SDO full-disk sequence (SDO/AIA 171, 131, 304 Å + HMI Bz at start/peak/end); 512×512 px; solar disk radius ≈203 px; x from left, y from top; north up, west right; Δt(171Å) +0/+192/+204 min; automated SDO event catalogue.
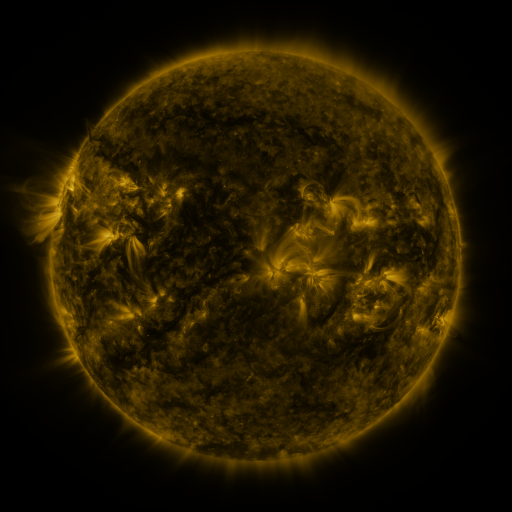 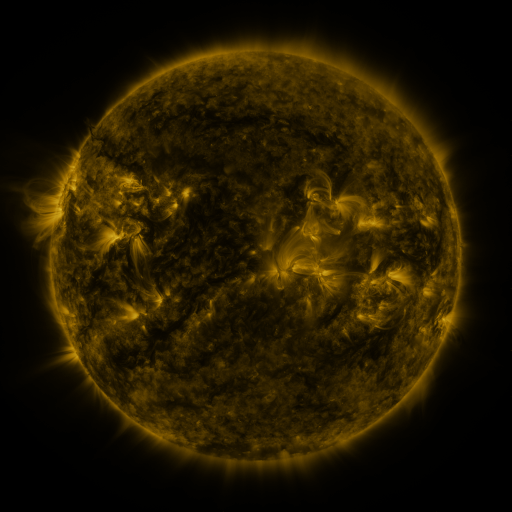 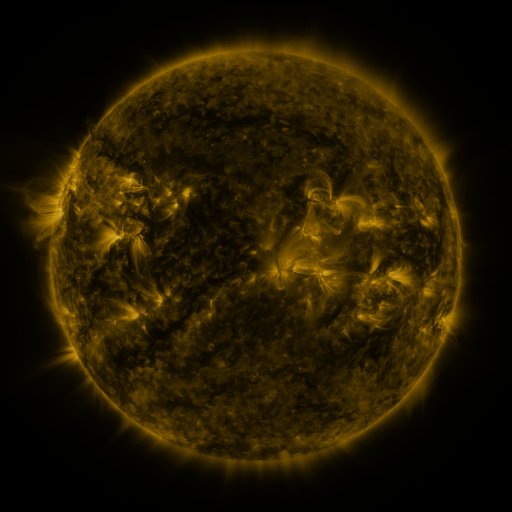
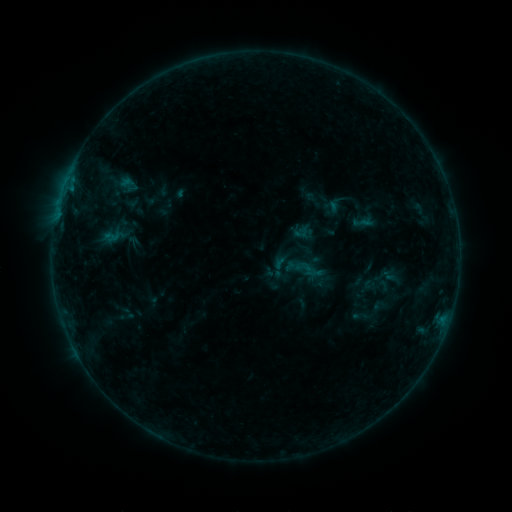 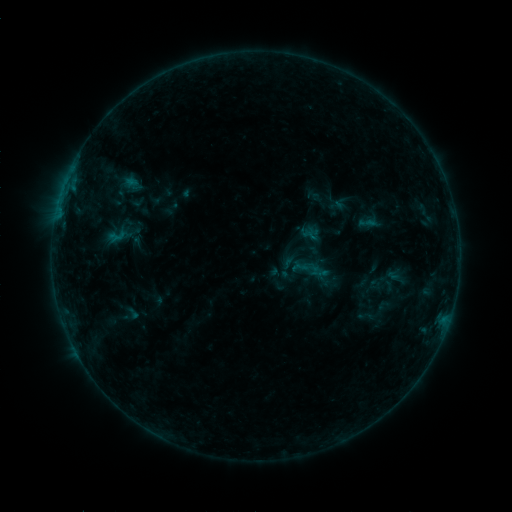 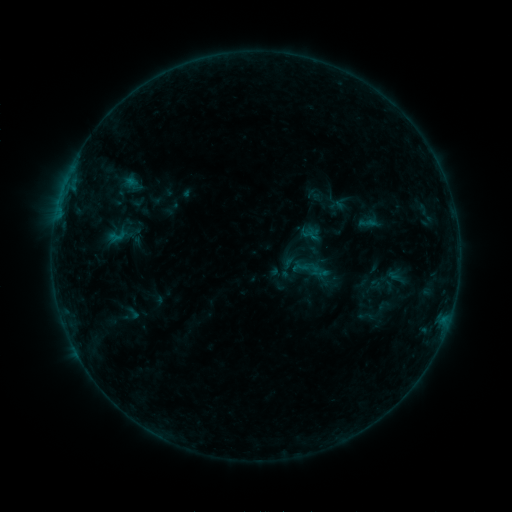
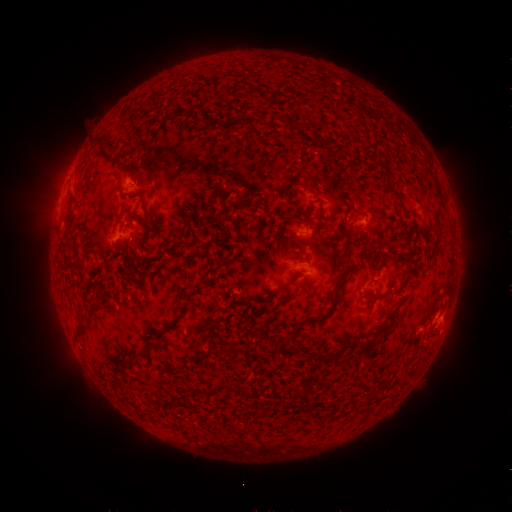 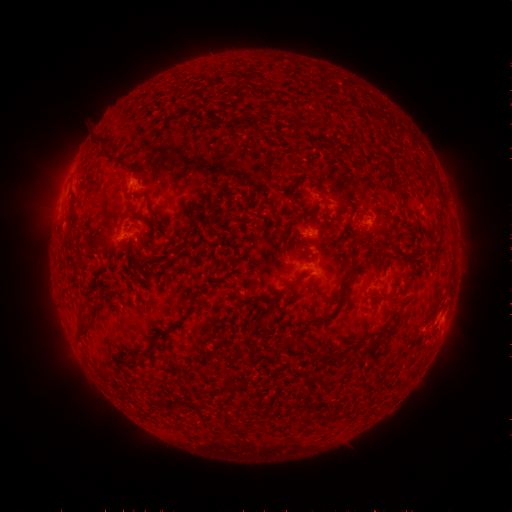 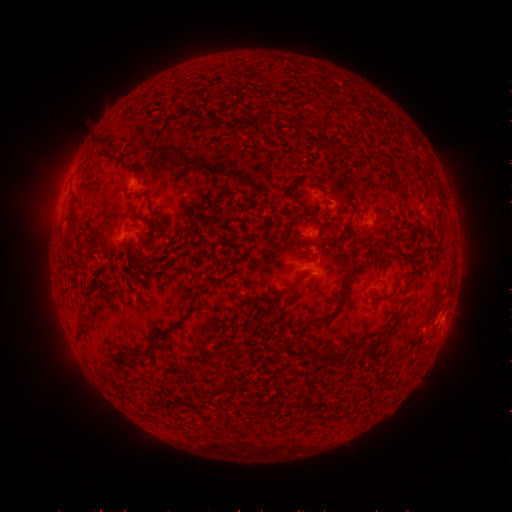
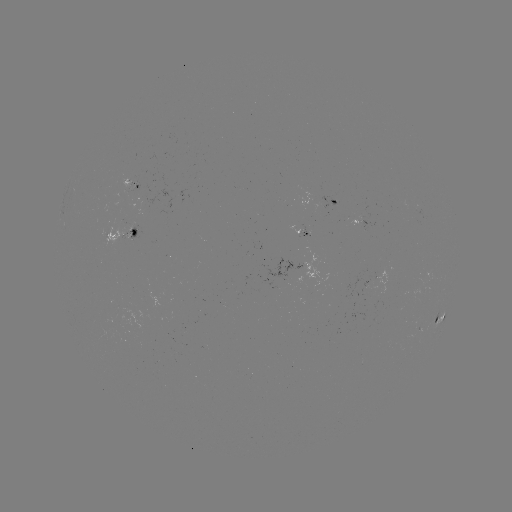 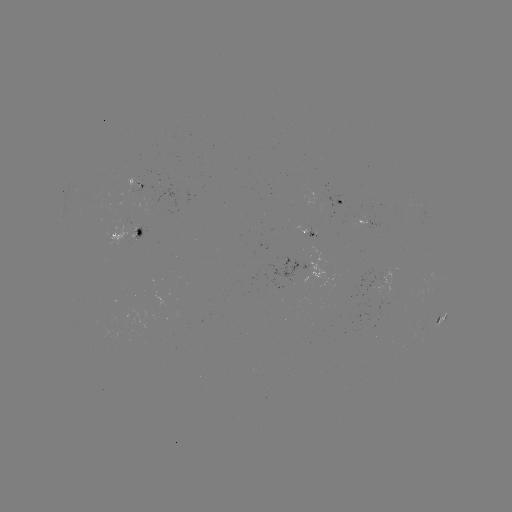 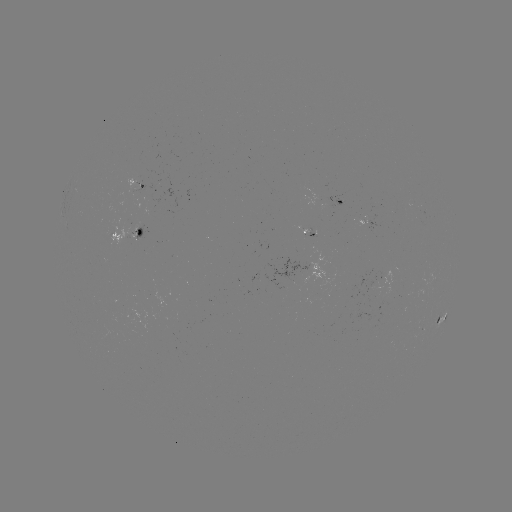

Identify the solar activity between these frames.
emerging-flux region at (305, 229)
